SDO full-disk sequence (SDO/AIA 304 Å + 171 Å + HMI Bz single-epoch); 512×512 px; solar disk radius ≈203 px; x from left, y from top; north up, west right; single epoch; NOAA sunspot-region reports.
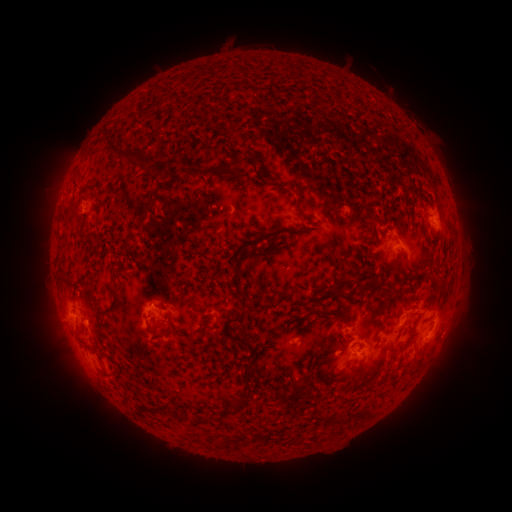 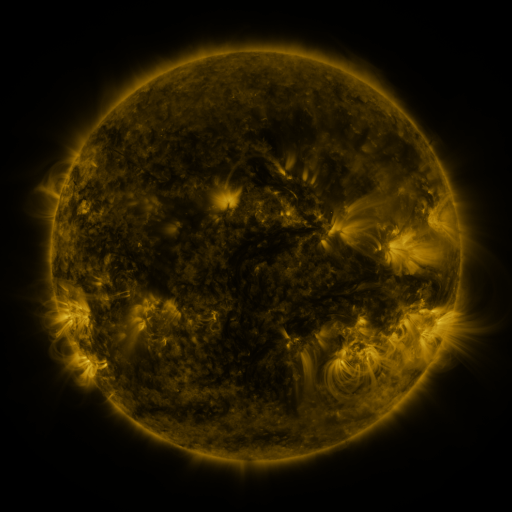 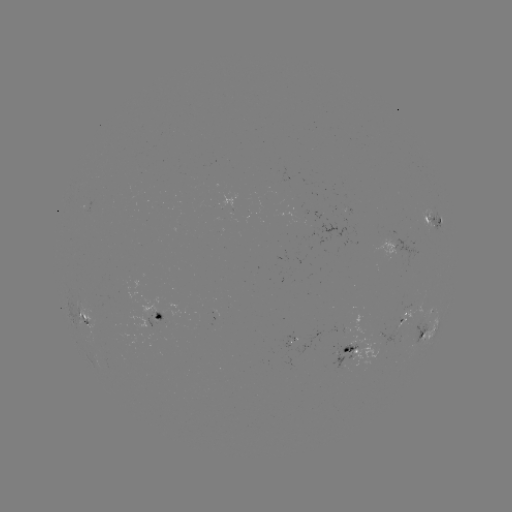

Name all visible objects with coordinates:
spotted active region: (434, 220)
spotted active region: (404, 246)
spotted active region: (431, 311)
spotted active region: (84, 315)
spotted active region: (160, 315)
spotted active region: (405, 320)
spotted active region: (428, 334)
spotted active region: (353, 350)
